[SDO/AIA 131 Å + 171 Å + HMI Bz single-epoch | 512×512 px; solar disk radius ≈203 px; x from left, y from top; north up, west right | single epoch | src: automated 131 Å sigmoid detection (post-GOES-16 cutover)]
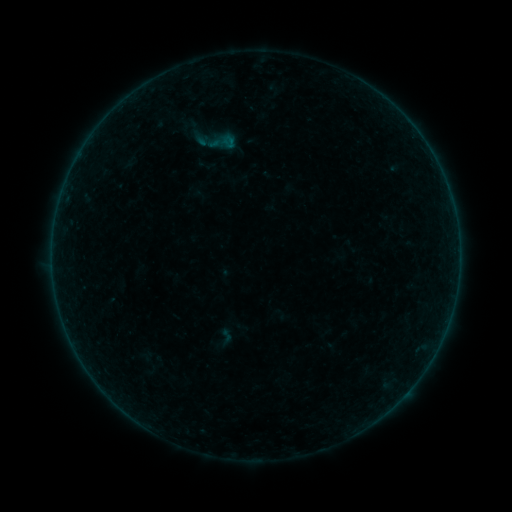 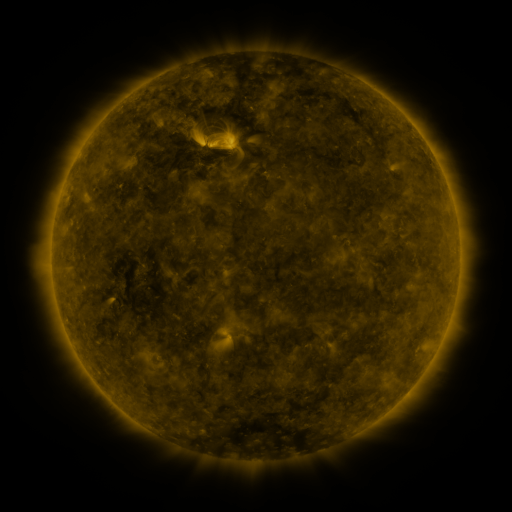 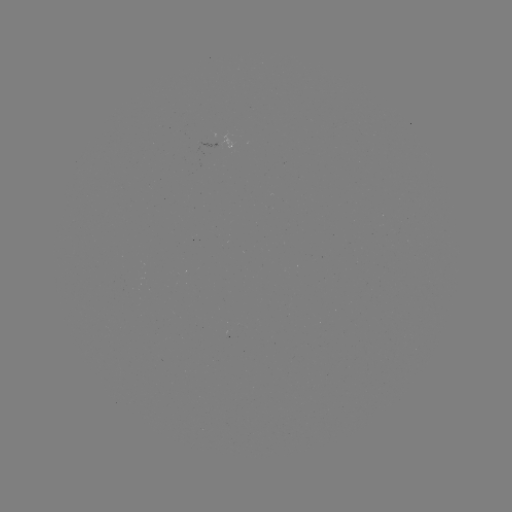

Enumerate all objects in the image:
sigmoid: (223, 142)
